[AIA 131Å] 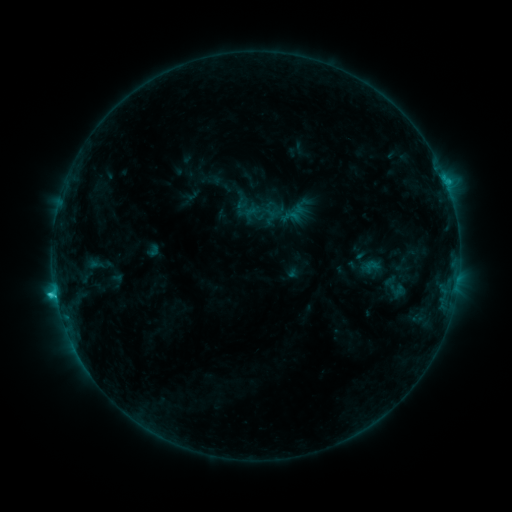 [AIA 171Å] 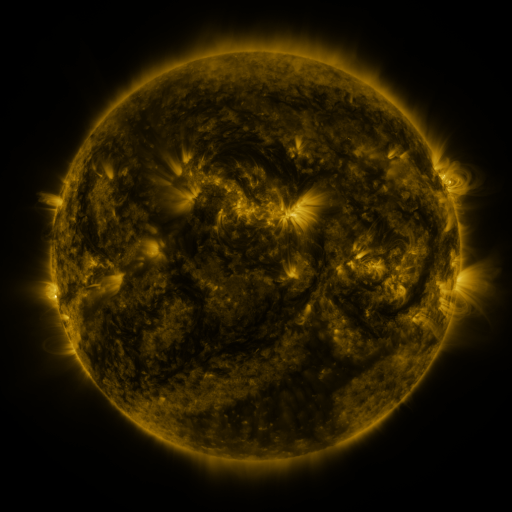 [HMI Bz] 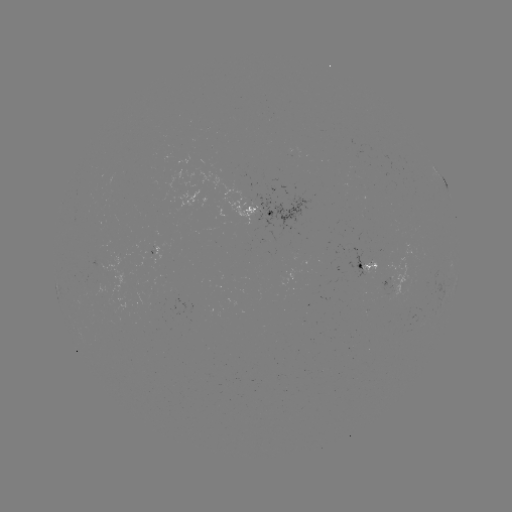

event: sigmoid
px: (260, 211)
